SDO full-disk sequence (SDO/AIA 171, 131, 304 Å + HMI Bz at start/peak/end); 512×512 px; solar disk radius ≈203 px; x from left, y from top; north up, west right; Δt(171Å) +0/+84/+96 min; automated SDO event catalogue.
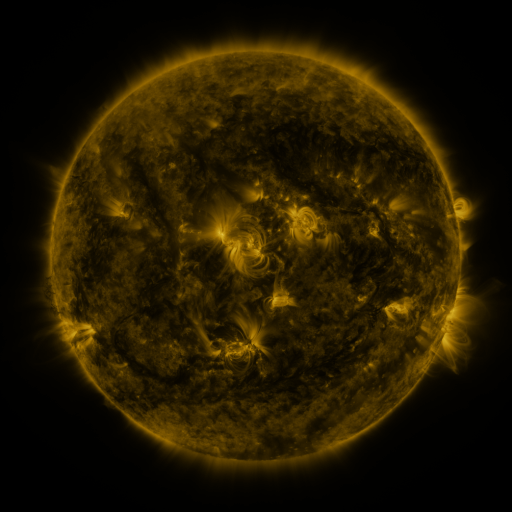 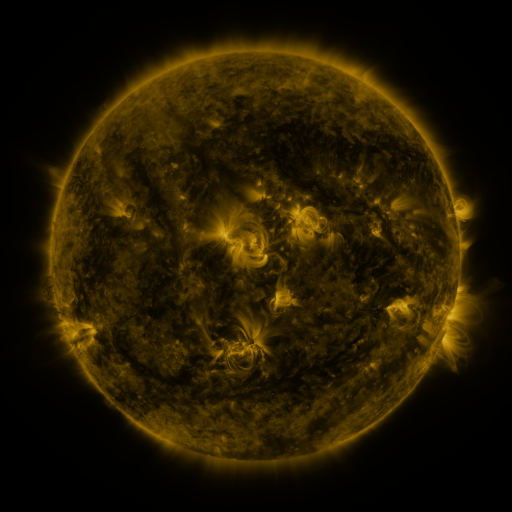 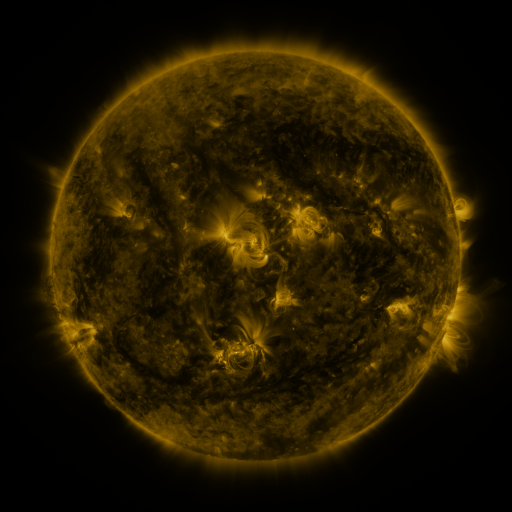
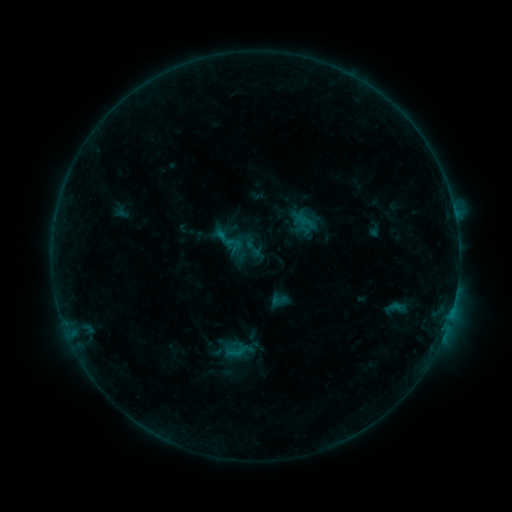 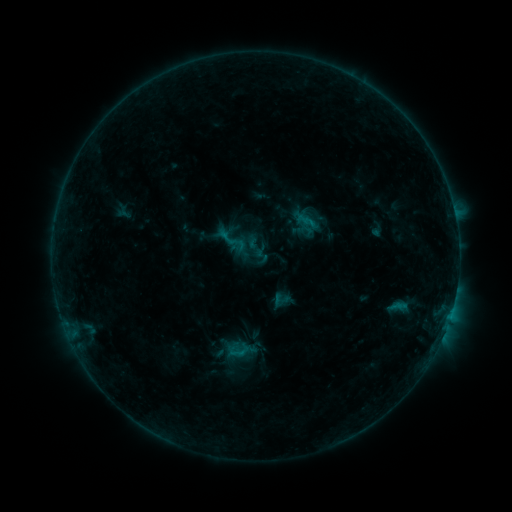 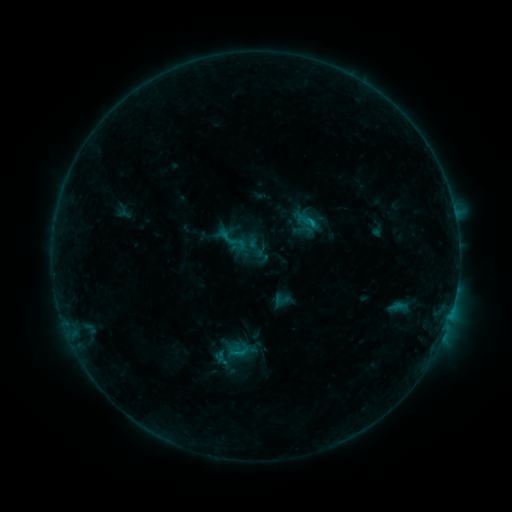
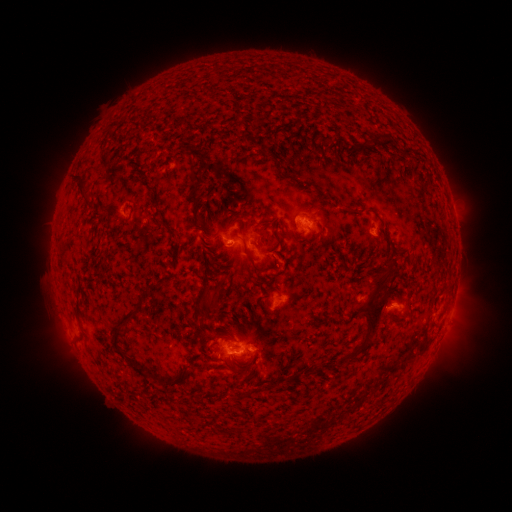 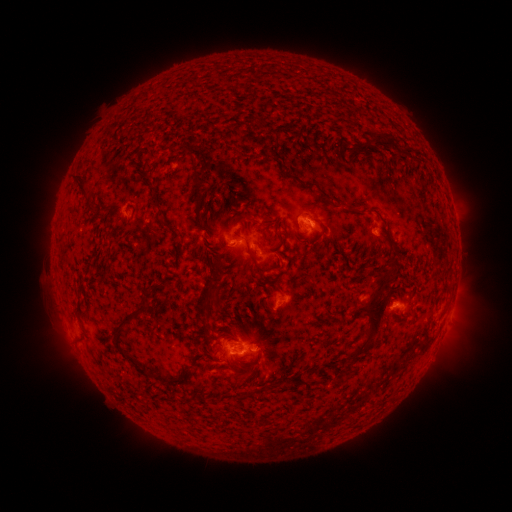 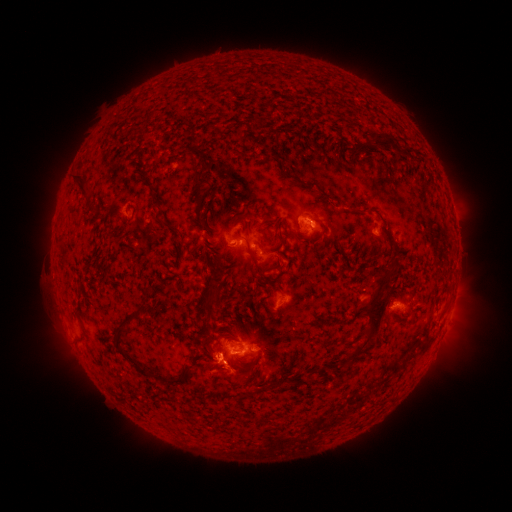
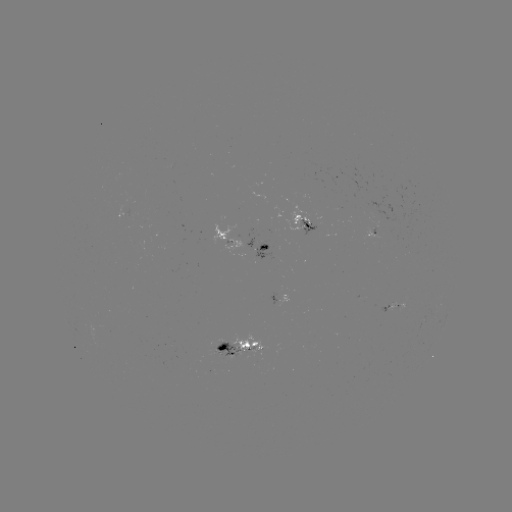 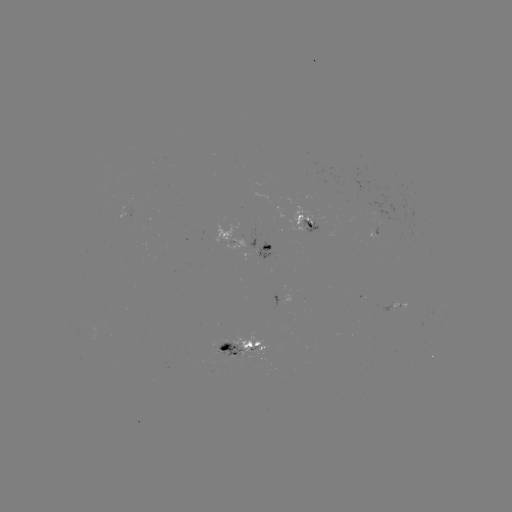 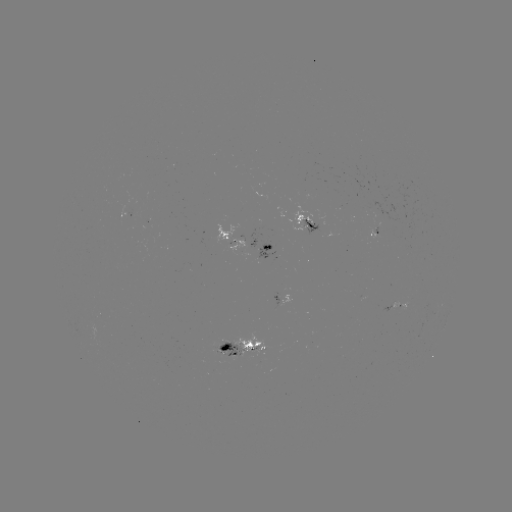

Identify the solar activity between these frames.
emerging-flux region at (375, 213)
